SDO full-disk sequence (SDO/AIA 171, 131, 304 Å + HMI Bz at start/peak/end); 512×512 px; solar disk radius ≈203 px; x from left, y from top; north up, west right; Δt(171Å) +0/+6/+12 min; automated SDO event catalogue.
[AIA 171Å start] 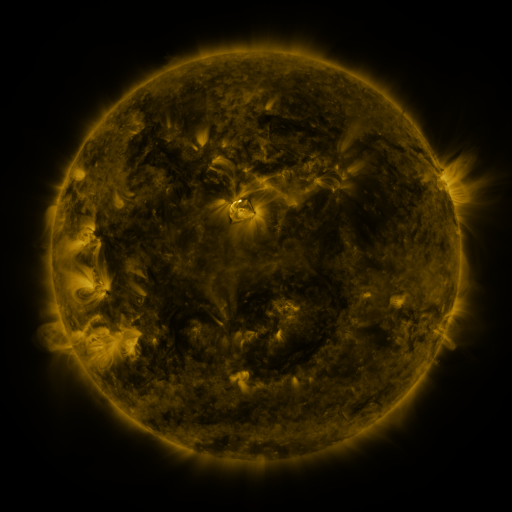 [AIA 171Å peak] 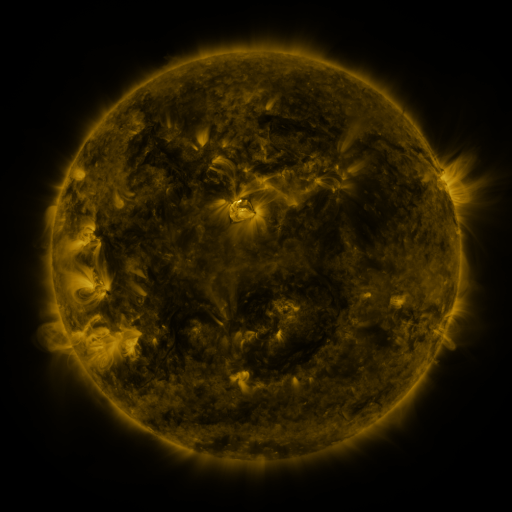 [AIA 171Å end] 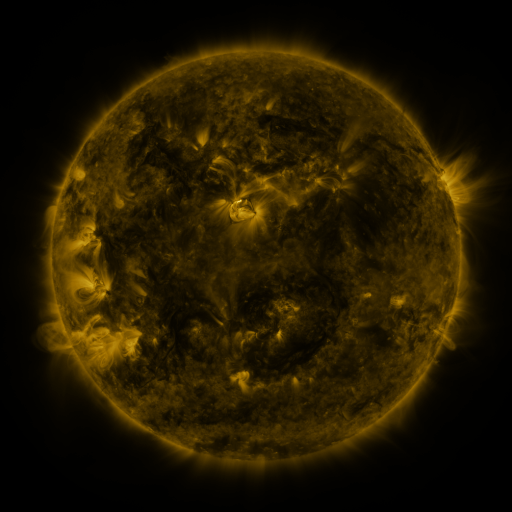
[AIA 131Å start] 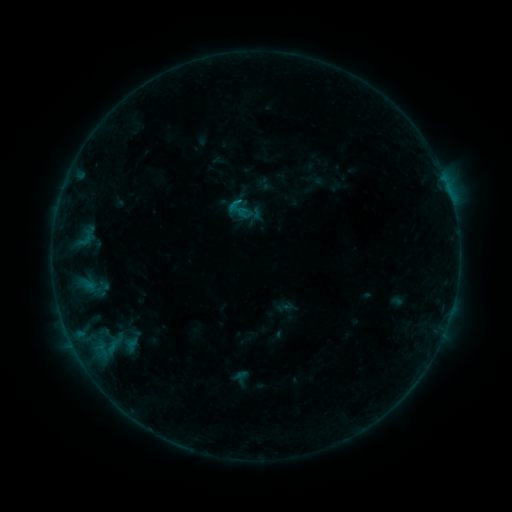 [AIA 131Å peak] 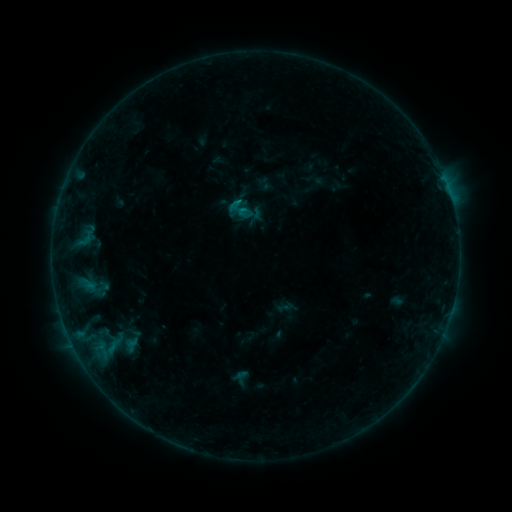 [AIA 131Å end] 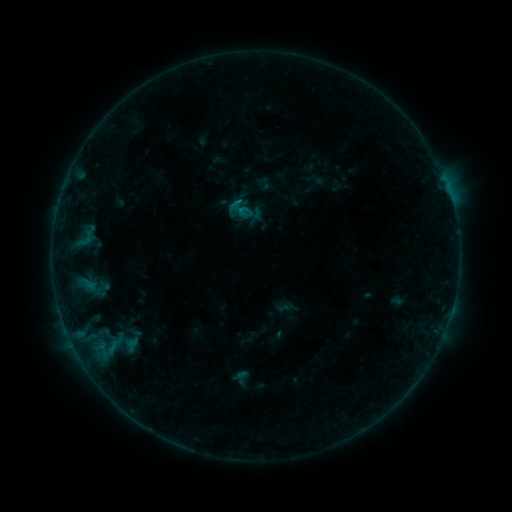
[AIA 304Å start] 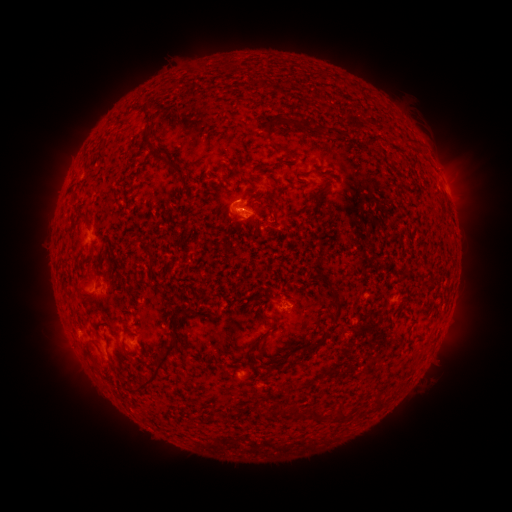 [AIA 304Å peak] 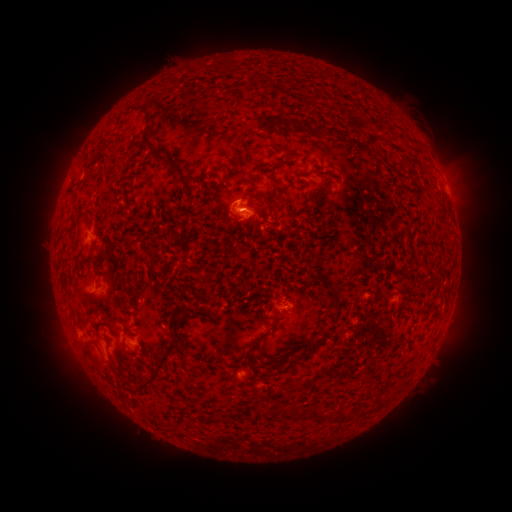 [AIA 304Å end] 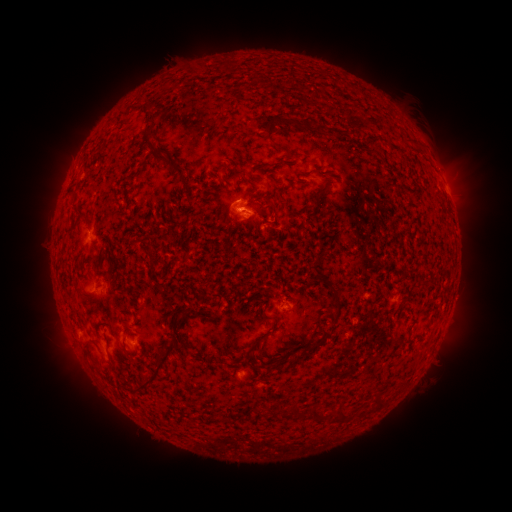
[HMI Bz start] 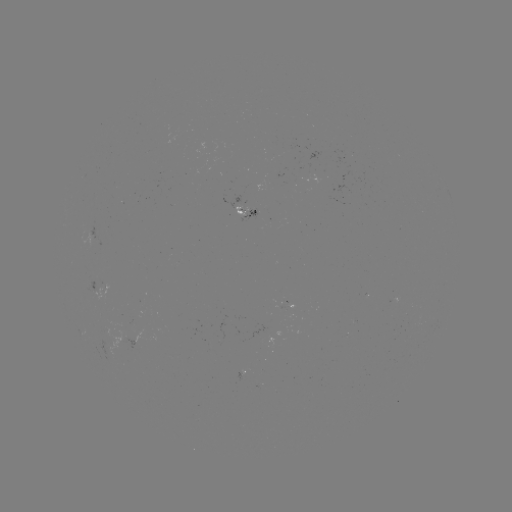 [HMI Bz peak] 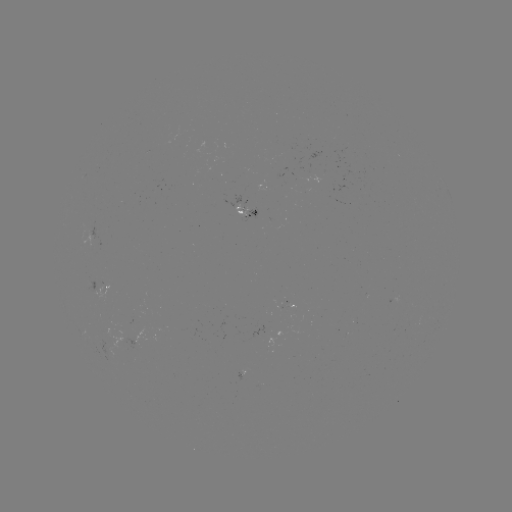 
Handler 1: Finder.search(B4.7 flare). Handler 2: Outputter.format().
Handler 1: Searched B4.7 flare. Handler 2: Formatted (245, 210).